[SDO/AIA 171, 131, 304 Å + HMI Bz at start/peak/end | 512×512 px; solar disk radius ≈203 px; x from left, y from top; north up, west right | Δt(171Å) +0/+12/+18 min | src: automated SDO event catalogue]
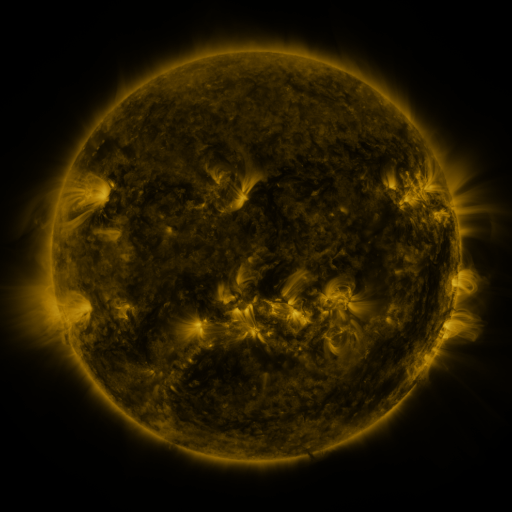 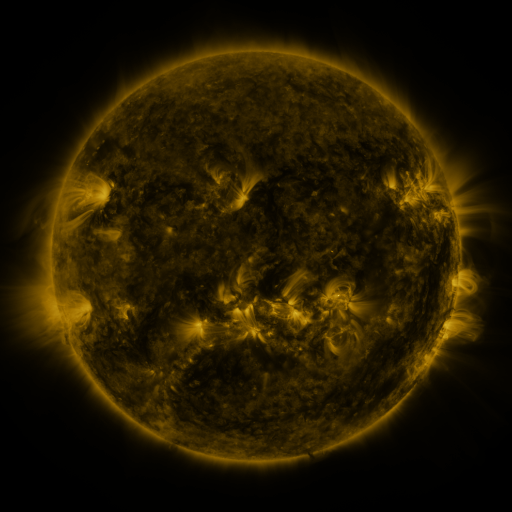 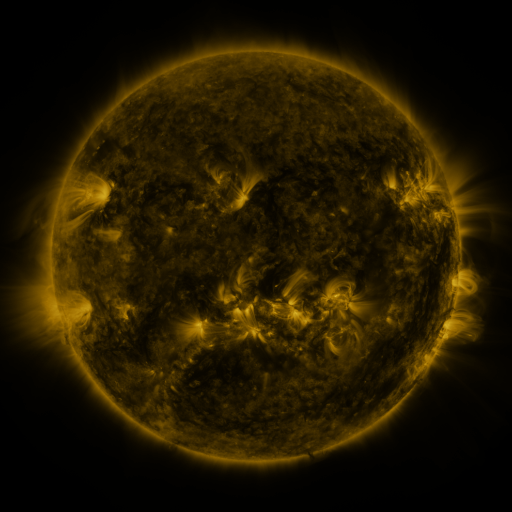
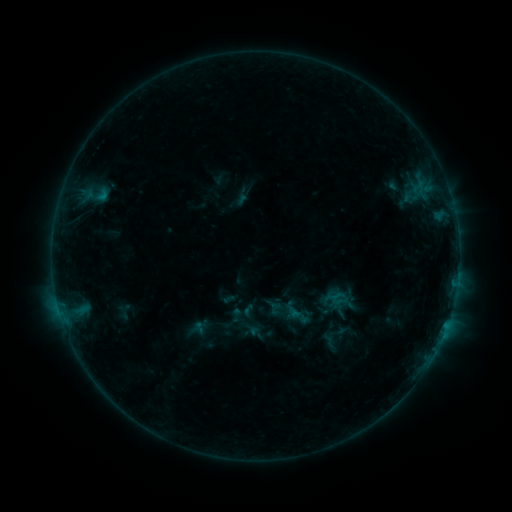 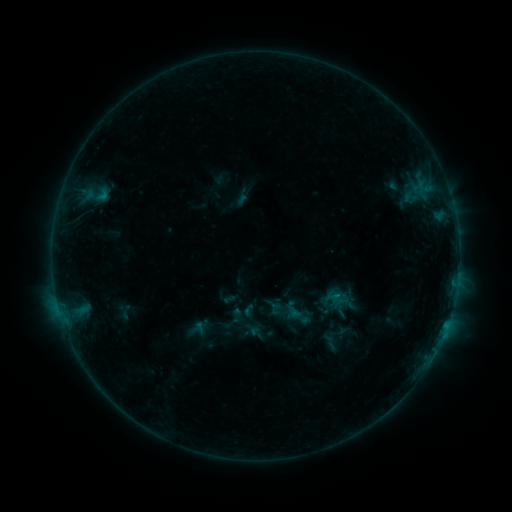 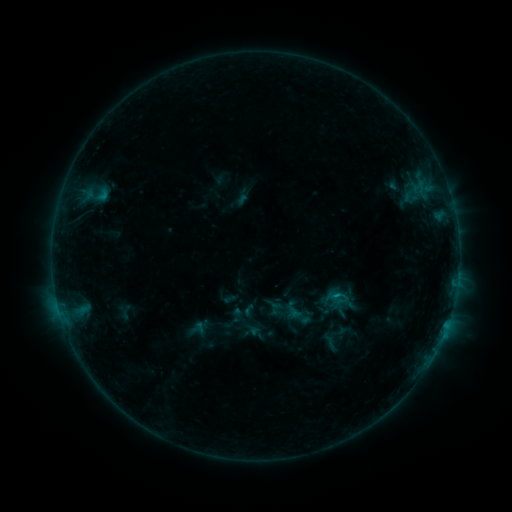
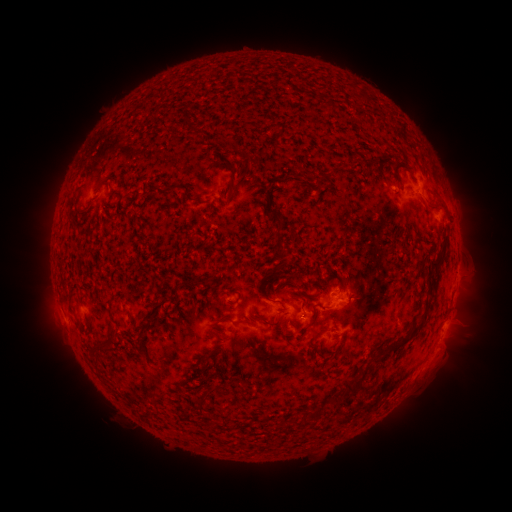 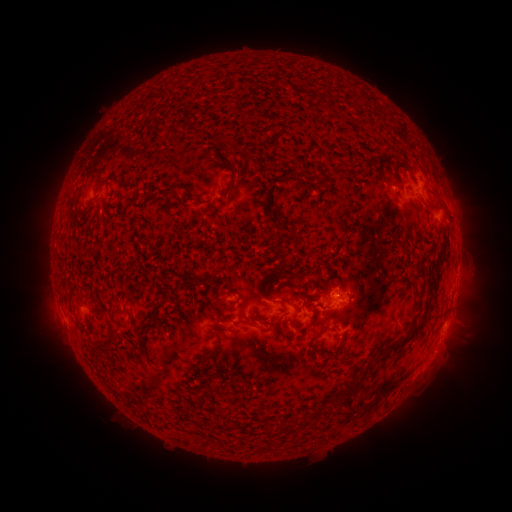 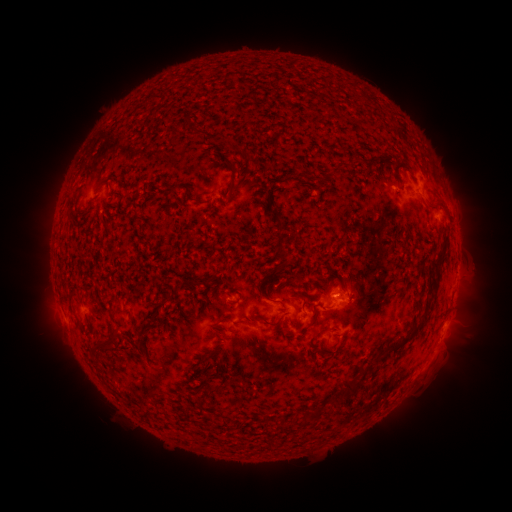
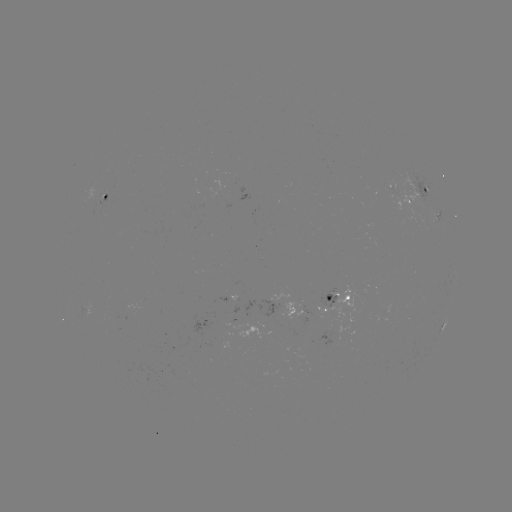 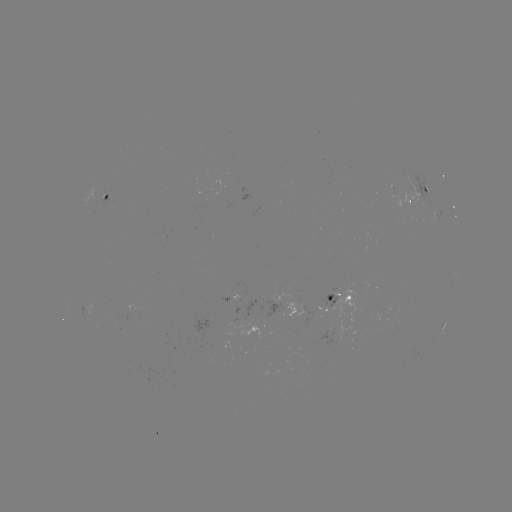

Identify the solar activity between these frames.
nothing was catalogued: no classed flare, no EUV trigger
